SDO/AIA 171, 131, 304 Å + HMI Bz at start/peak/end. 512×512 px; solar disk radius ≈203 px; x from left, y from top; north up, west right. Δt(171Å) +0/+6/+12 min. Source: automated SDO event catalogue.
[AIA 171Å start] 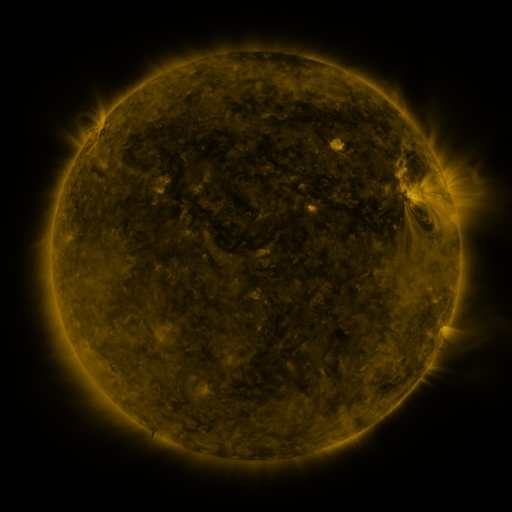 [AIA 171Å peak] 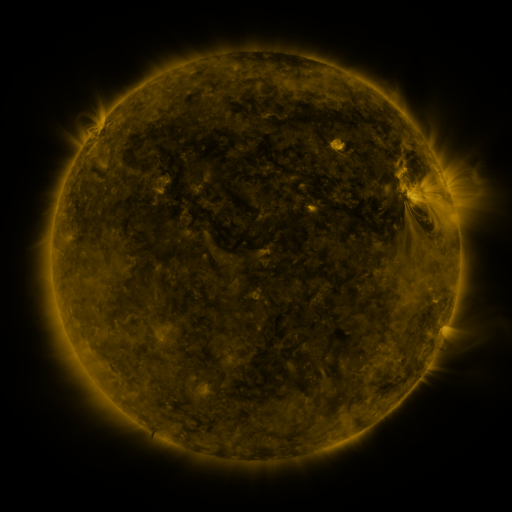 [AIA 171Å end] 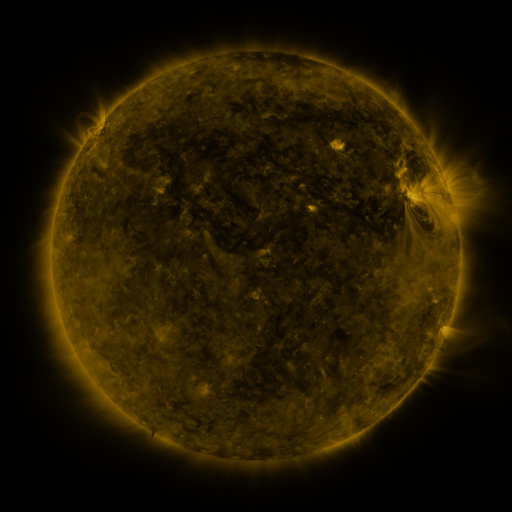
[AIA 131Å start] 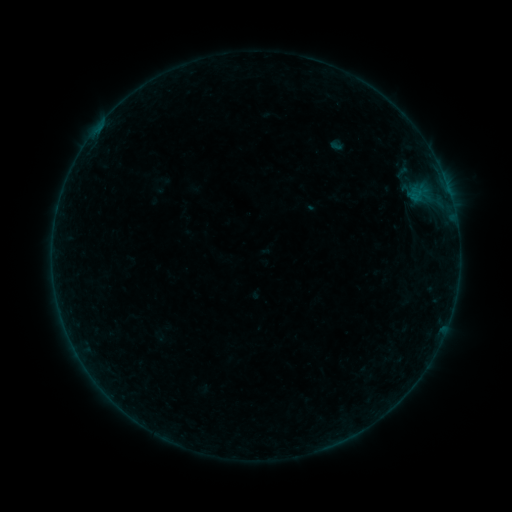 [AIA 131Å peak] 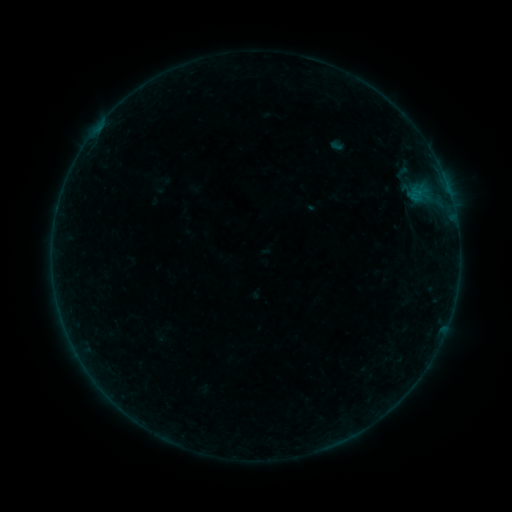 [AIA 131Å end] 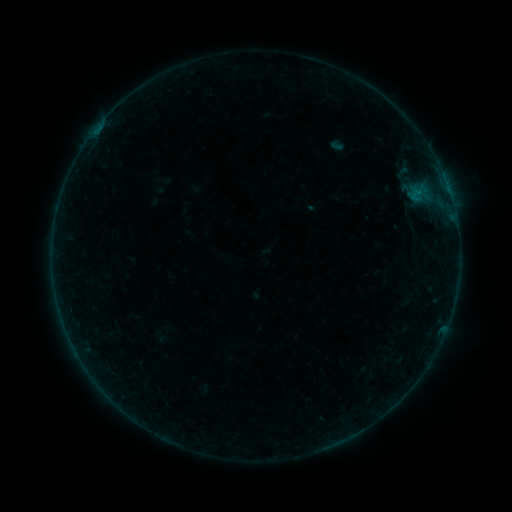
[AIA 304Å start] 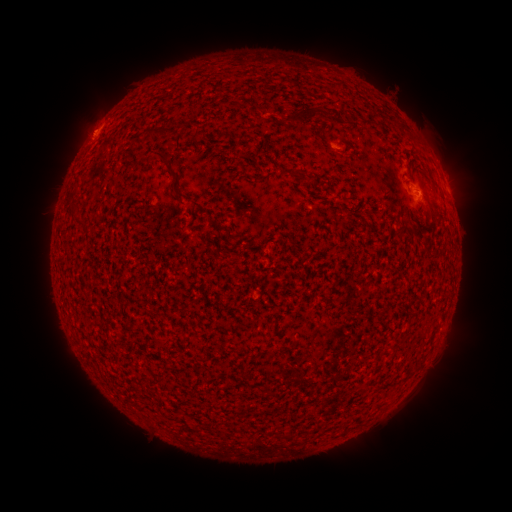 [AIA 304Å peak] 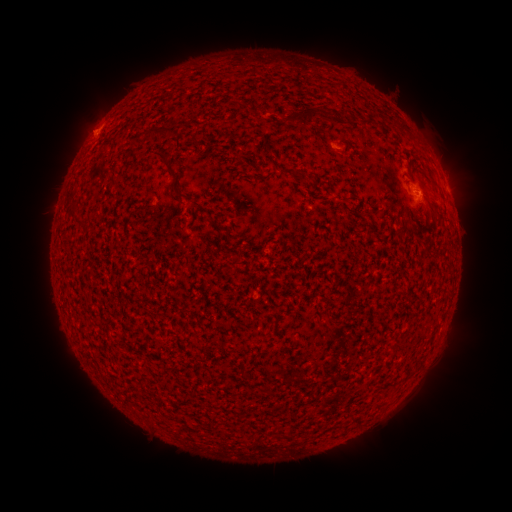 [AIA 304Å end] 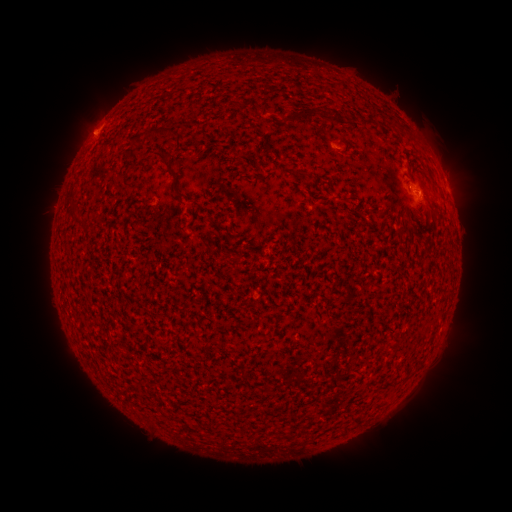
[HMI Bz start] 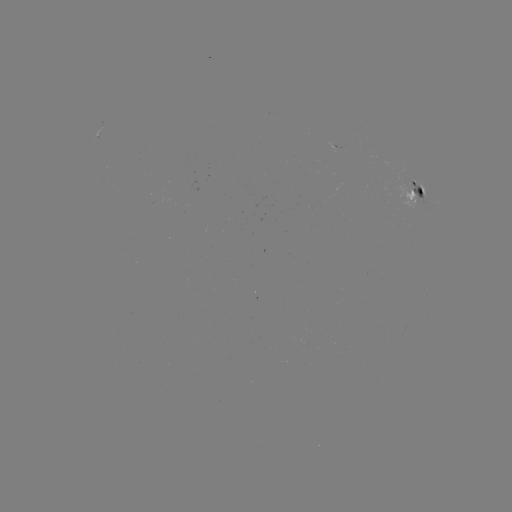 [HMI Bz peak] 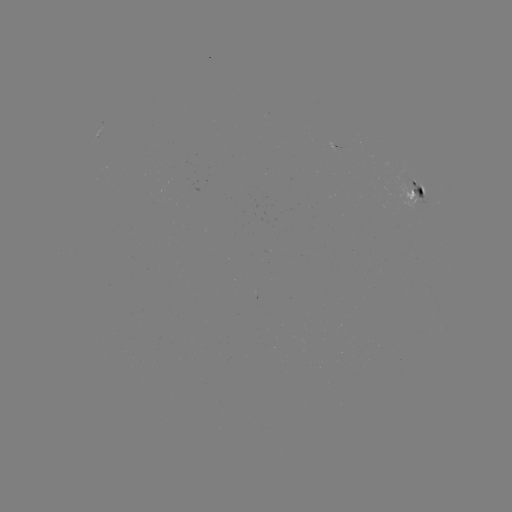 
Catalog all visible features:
B1.7 flare: (95, 135)
